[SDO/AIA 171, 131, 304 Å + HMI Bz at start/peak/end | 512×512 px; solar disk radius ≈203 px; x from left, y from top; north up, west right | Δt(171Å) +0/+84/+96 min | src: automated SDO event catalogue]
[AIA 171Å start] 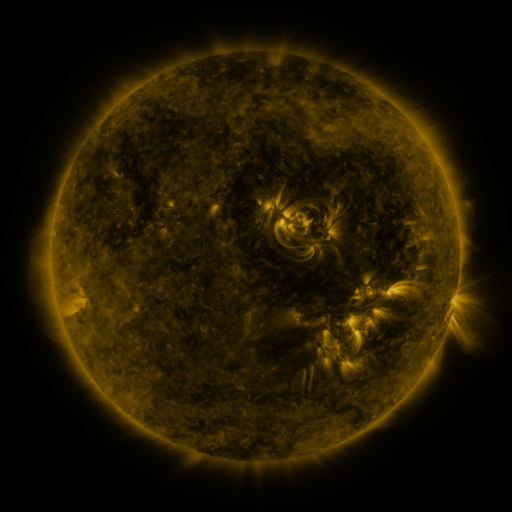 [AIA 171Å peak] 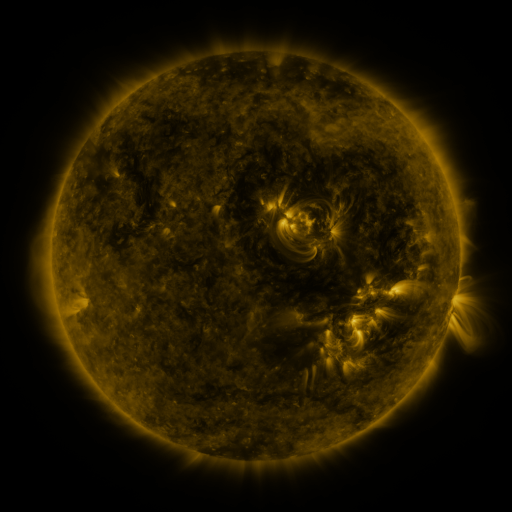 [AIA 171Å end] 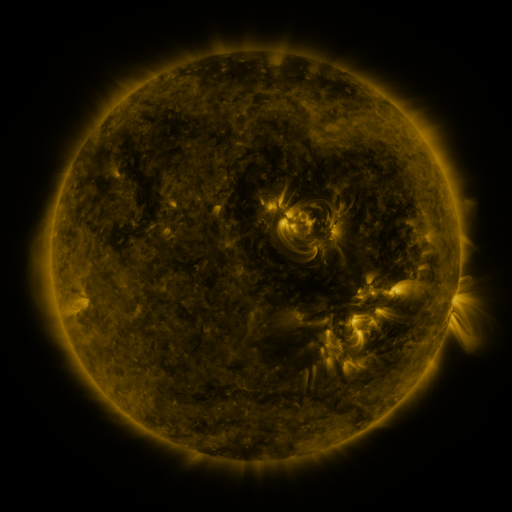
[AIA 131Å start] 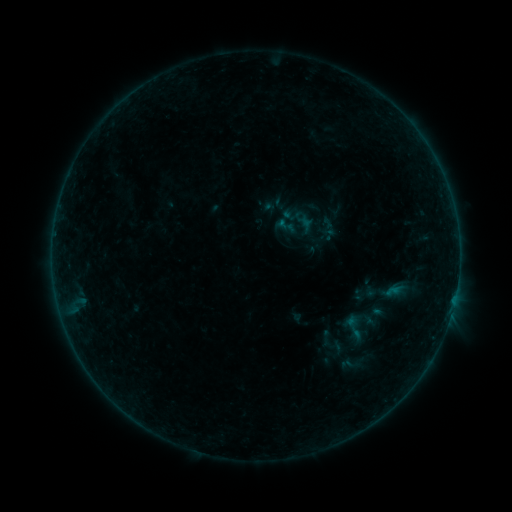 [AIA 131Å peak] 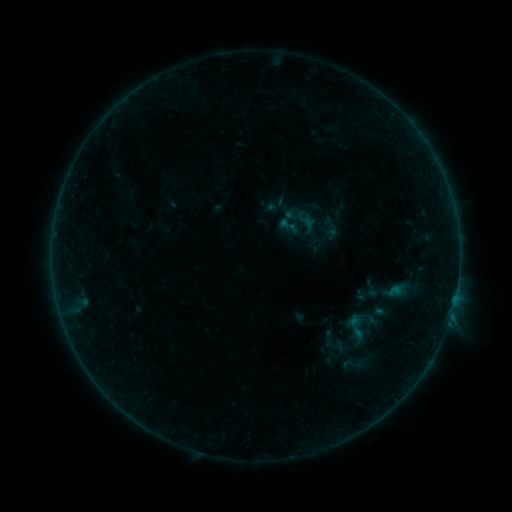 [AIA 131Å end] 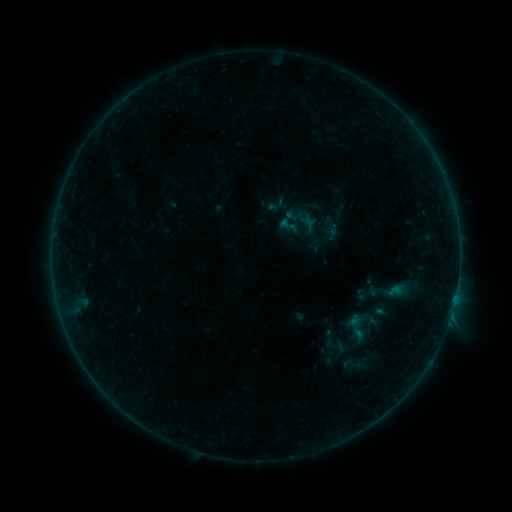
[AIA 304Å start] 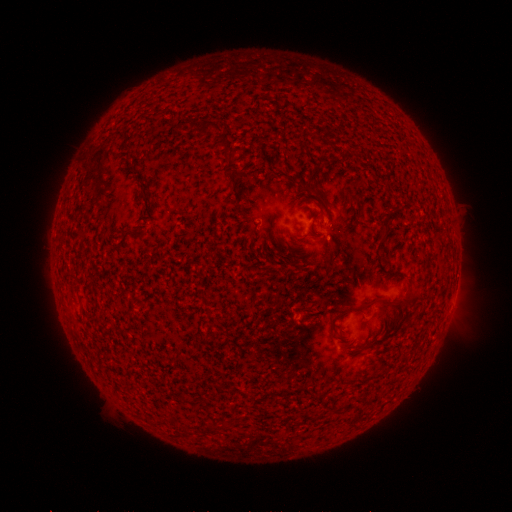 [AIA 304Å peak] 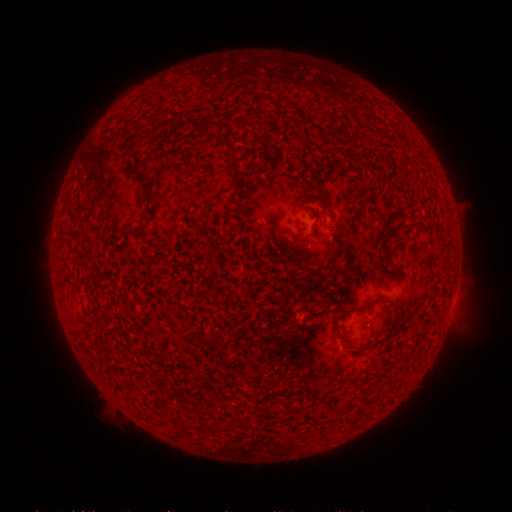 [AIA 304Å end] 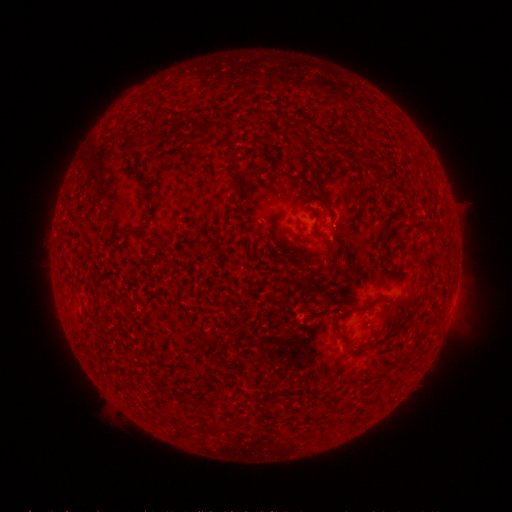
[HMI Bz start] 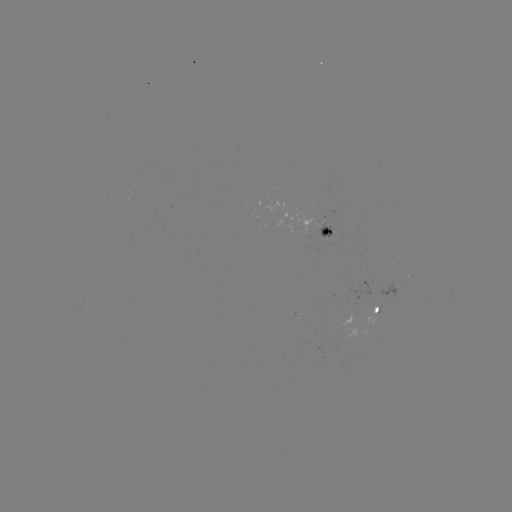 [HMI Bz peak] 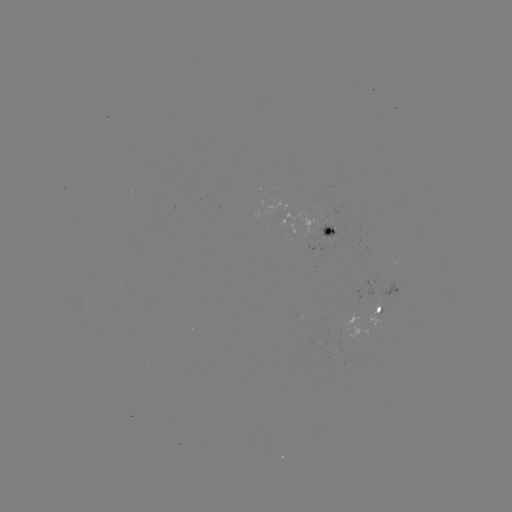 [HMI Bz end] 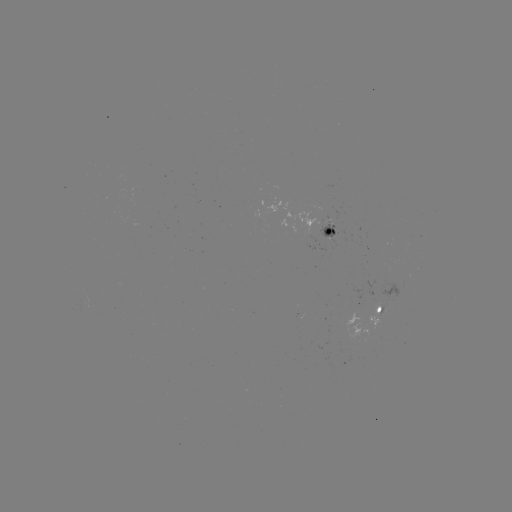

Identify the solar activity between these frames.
emerging-flux region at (382, 310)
